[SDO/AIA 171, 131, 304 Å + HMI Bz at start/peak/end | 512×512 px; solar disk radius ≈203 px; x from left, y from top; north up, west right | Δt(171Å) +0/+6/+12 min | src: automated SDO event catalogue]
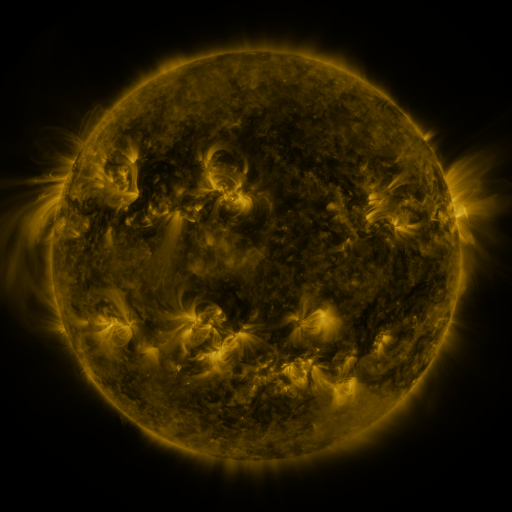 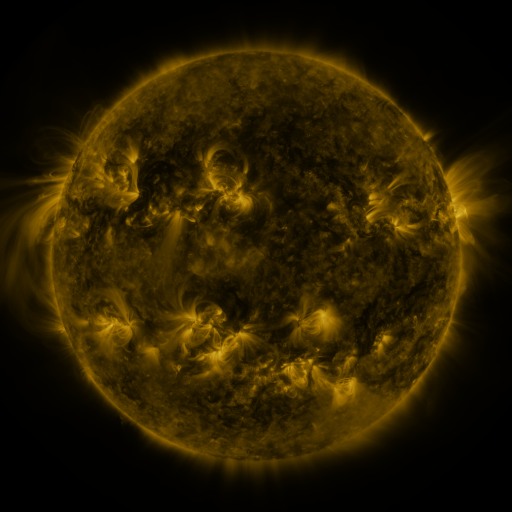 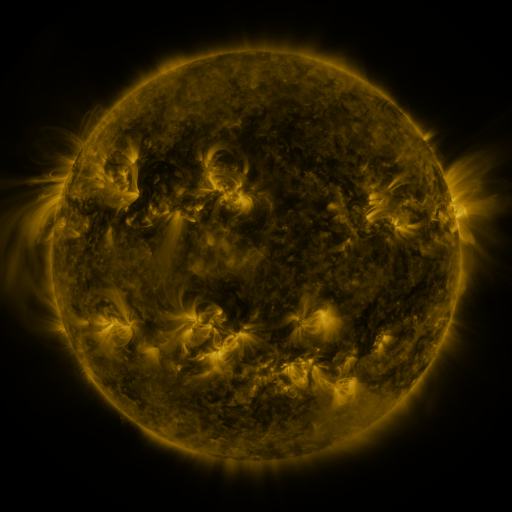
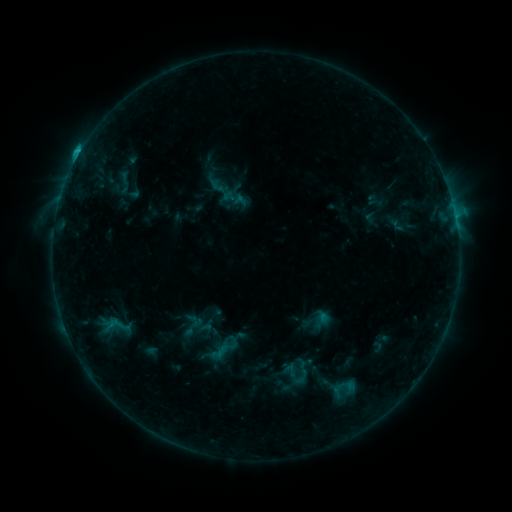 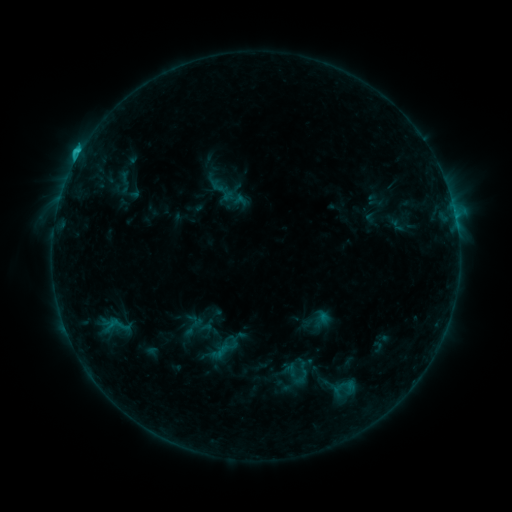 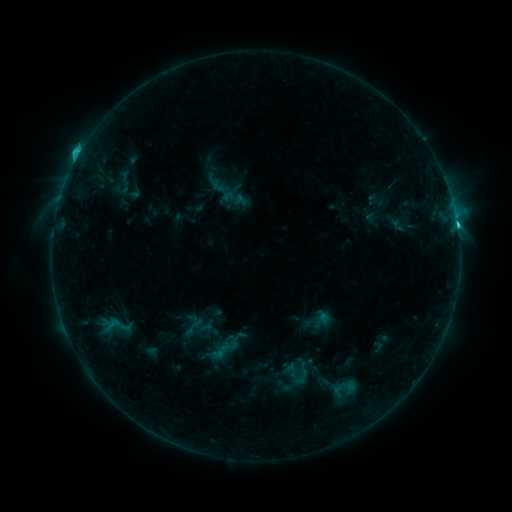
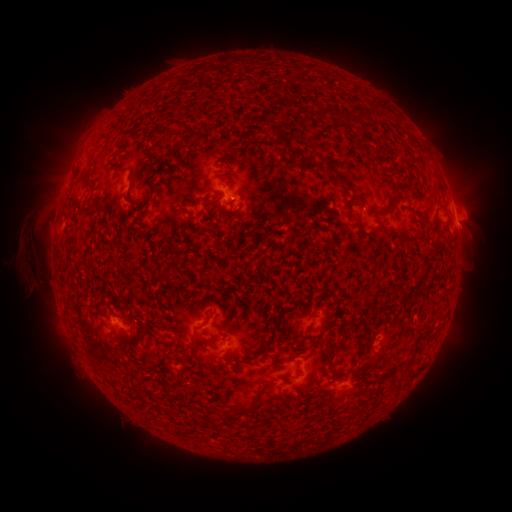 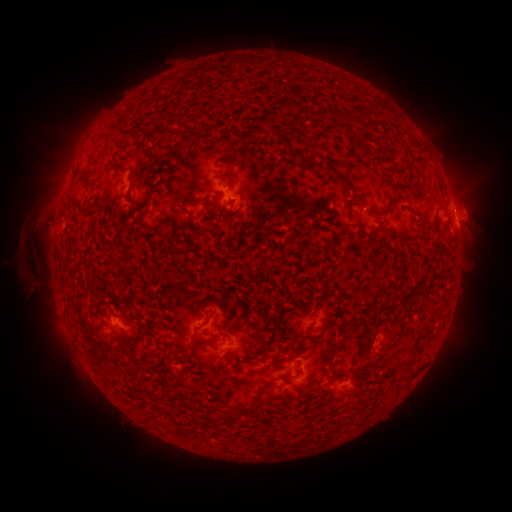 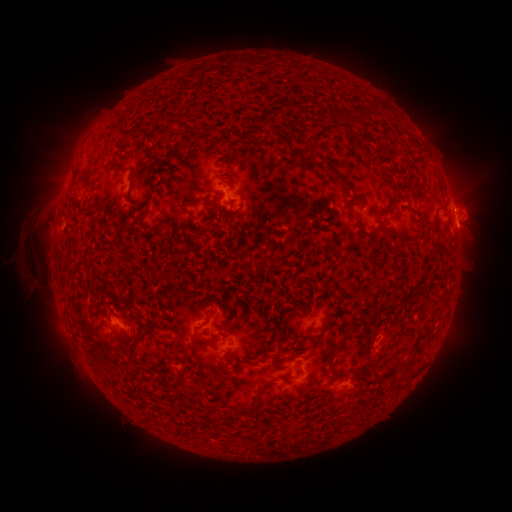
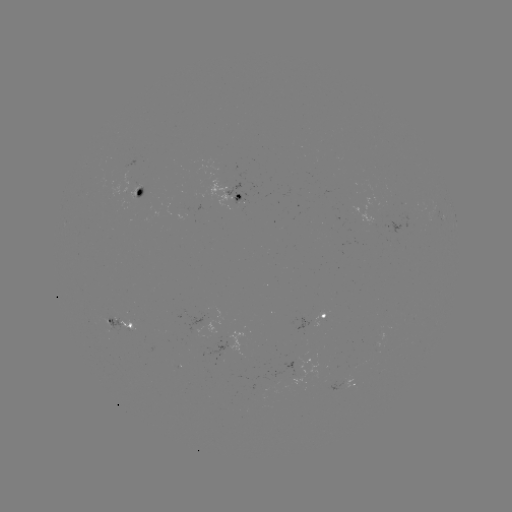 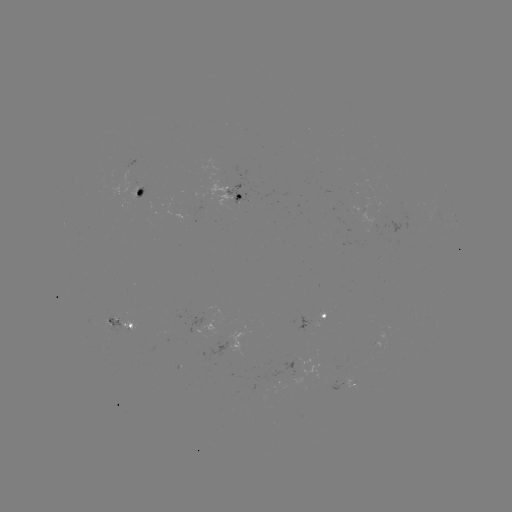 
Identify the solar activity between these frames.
C2.6 flare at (78, 159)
